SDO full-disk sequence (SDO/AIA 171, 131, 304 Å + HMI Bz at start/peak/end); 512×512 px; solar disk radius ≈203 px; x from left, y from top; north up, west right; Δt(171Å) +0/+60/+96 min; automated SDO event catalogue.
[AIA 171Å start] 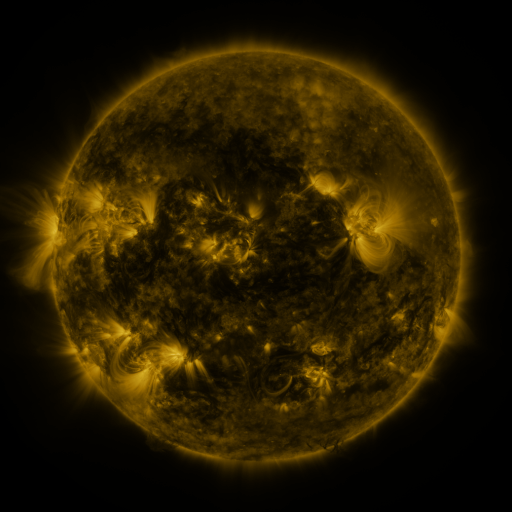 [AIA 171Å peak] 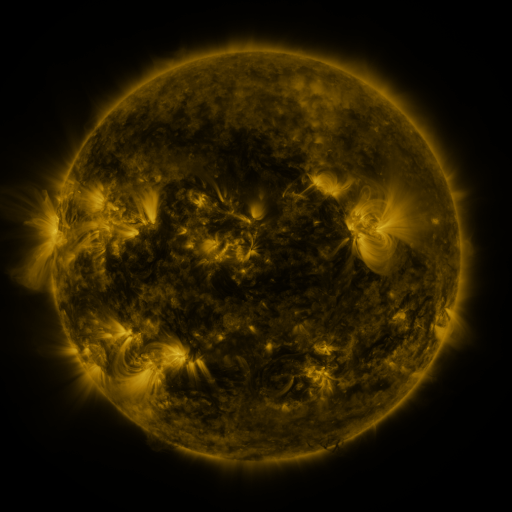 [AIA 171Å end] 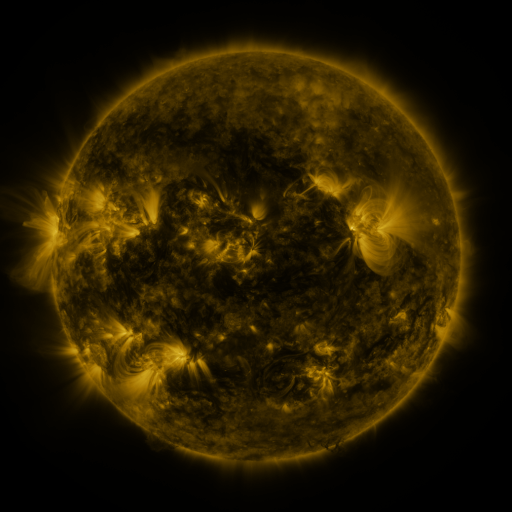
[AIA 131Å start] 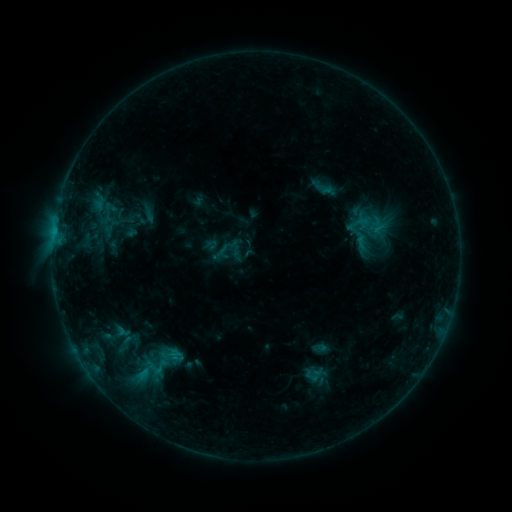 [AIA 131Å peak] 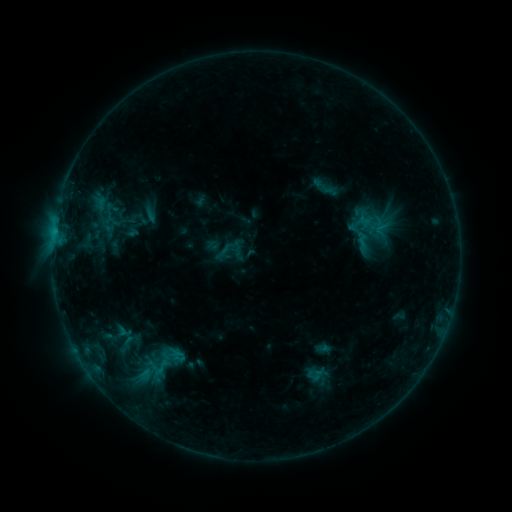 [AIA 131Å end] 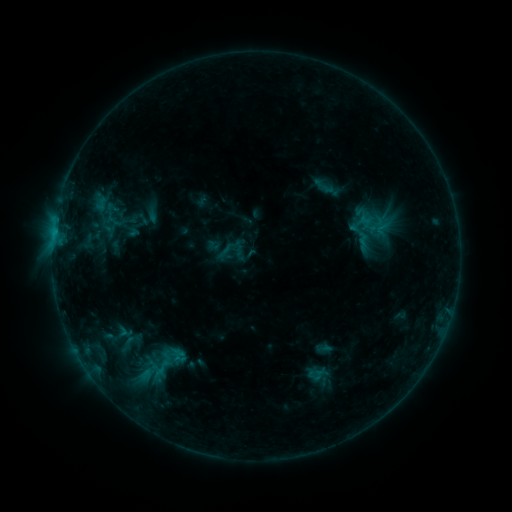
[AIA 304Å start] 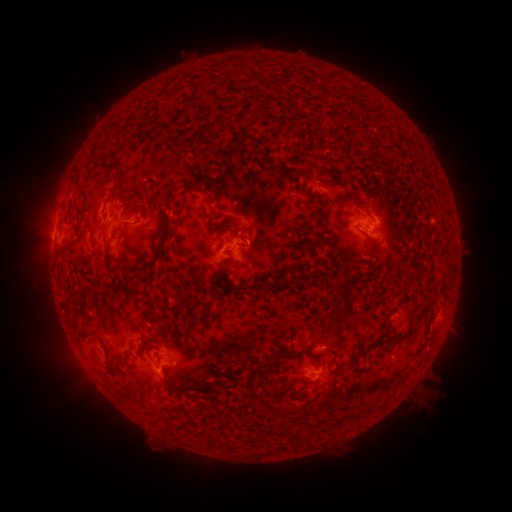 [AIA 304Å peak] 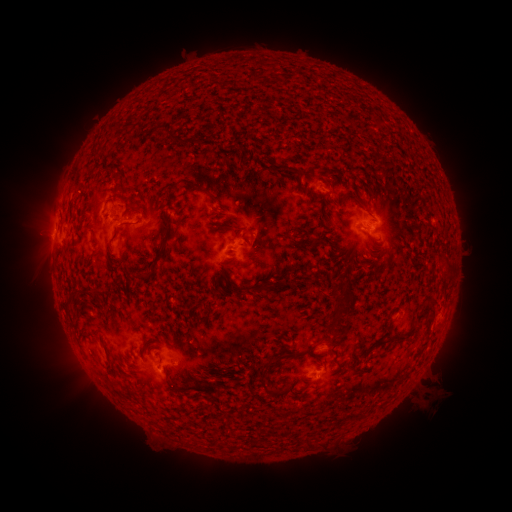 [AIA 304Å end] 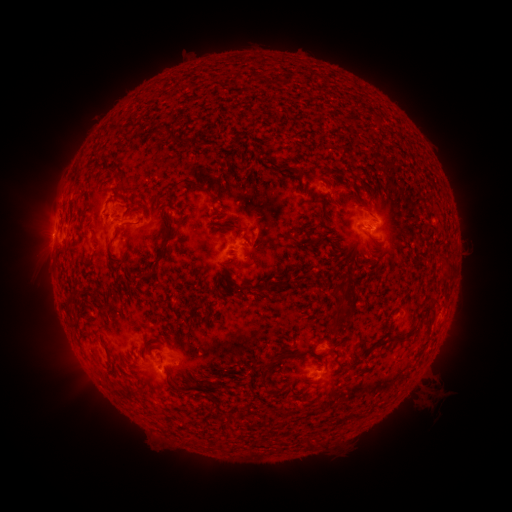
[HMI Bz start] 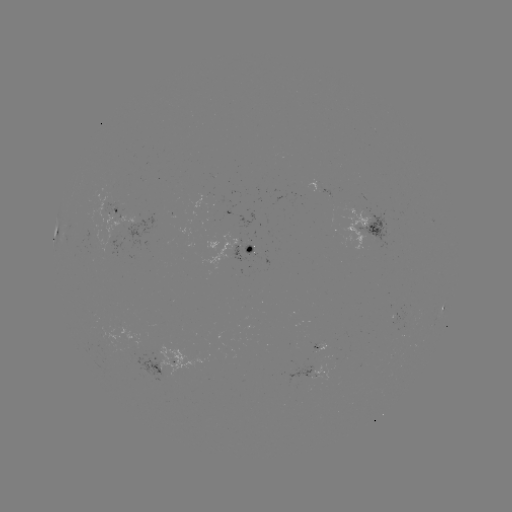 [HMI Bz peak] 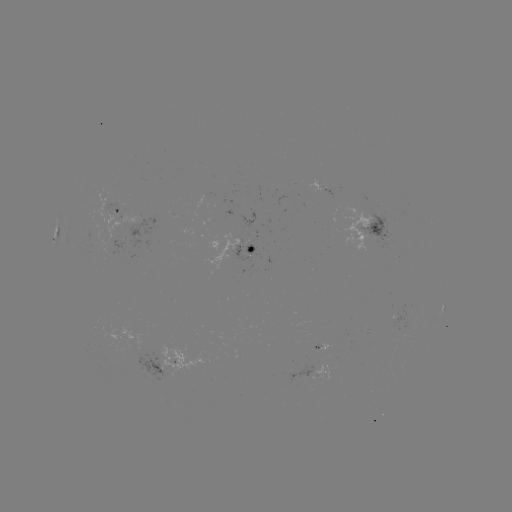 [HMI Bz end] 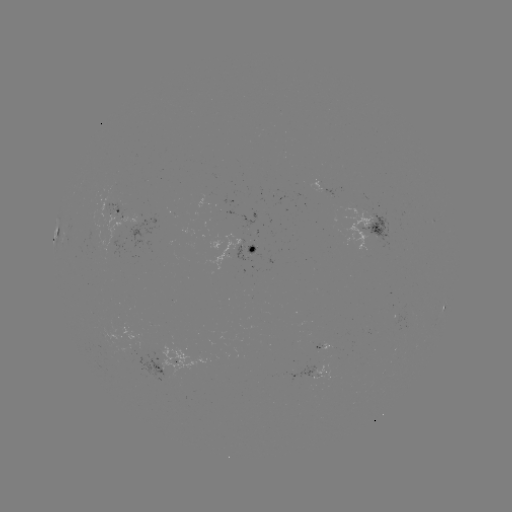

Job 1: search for emerging-flux region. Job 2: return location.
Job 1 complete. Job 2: (329, 194).